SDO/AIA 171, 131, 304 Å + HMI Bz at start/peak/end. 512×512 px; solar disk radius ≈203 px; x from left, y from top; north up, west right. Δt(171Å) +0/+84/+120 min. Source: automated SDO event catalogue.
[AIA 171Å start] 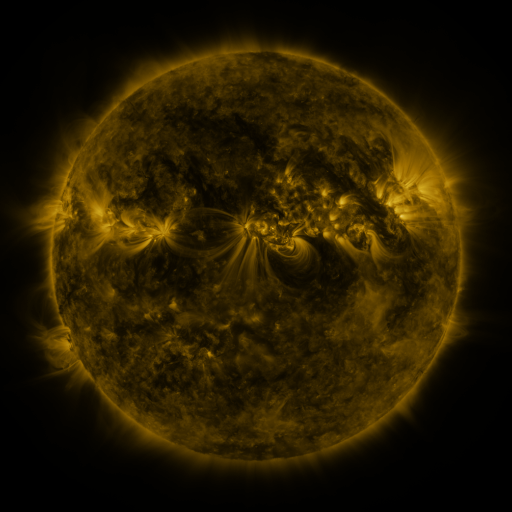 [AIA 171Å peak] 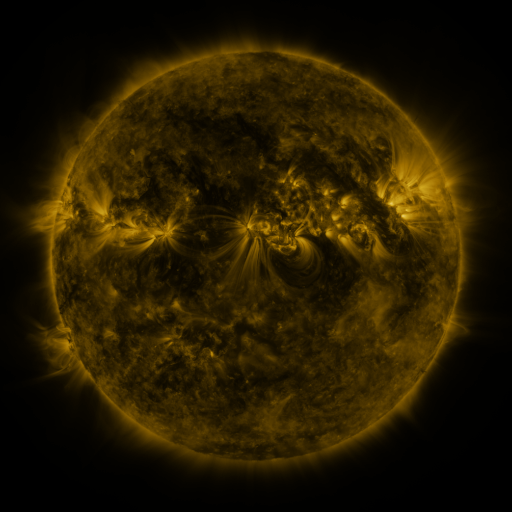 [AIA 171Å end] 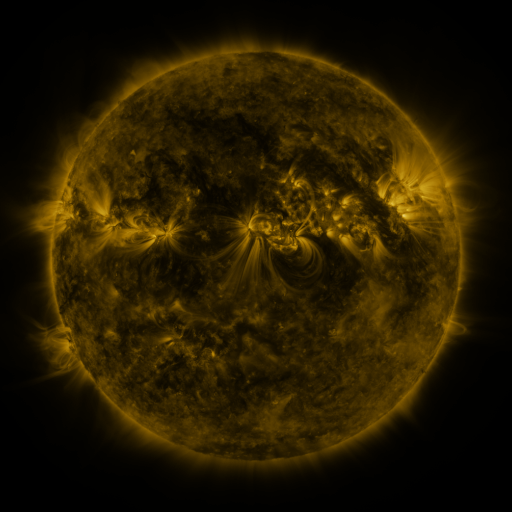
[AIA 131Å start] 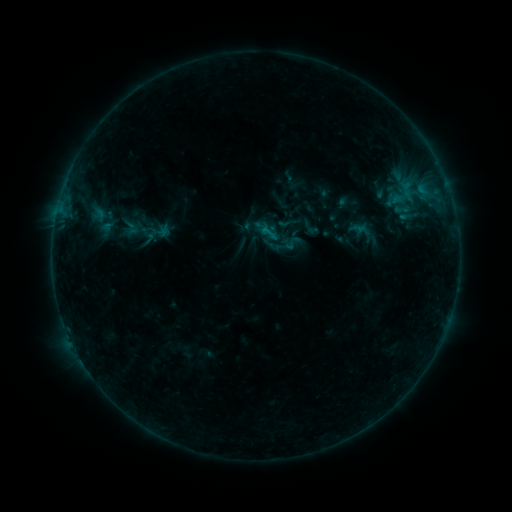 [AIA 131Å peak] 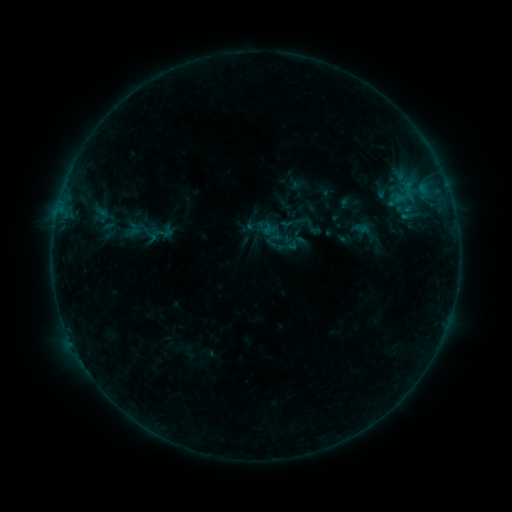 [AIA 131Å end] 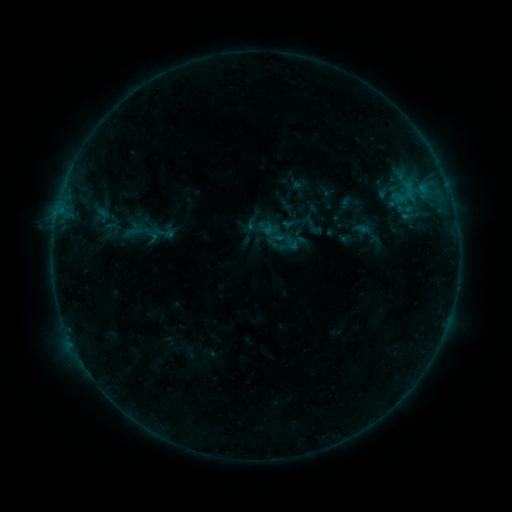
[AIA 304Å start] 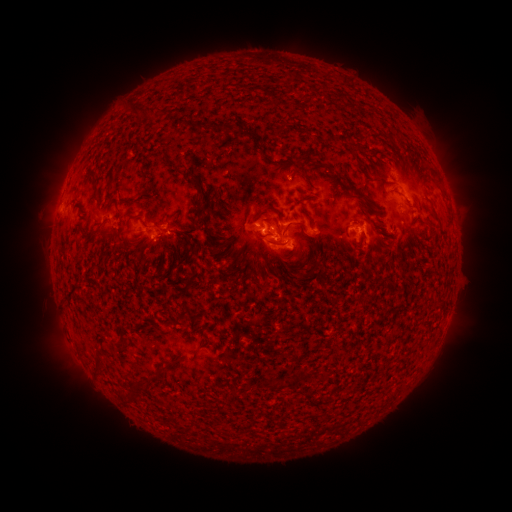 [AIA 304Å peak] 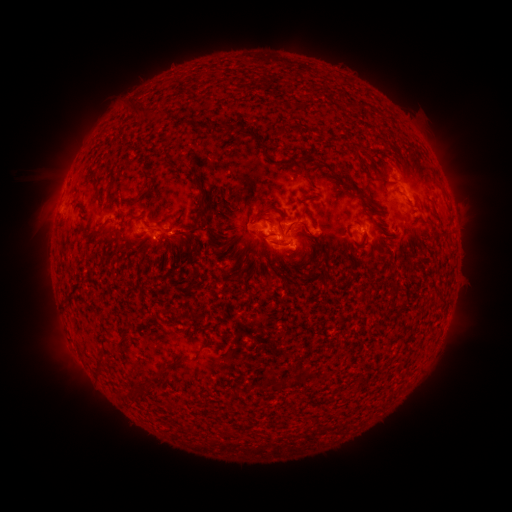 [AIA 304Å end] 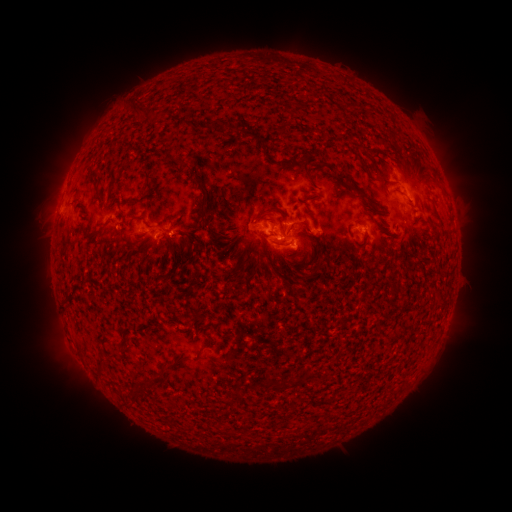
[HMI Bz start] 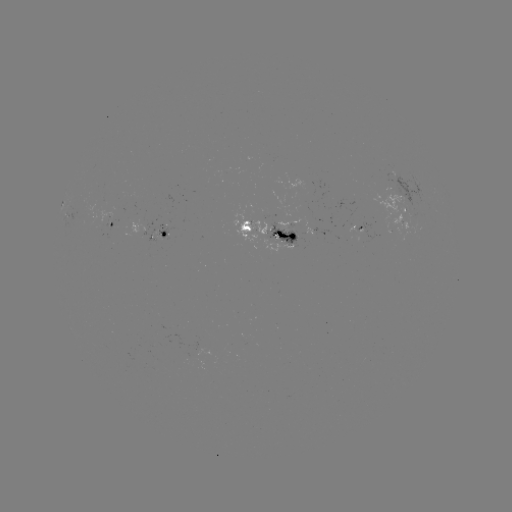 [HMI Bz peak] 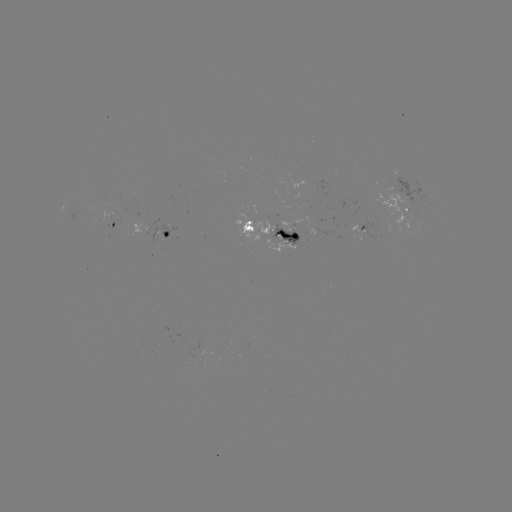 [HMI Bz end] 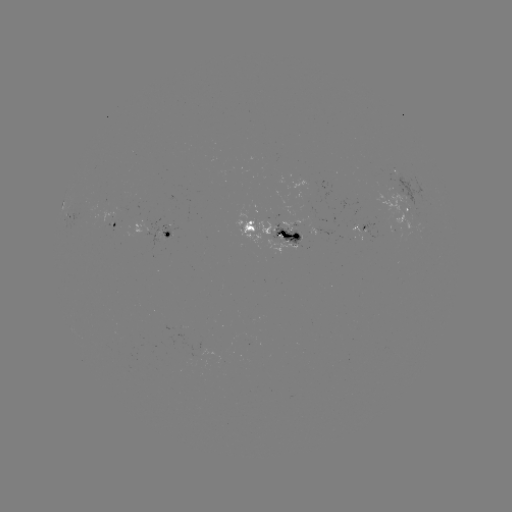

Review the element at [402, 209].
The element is emerging-flux region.